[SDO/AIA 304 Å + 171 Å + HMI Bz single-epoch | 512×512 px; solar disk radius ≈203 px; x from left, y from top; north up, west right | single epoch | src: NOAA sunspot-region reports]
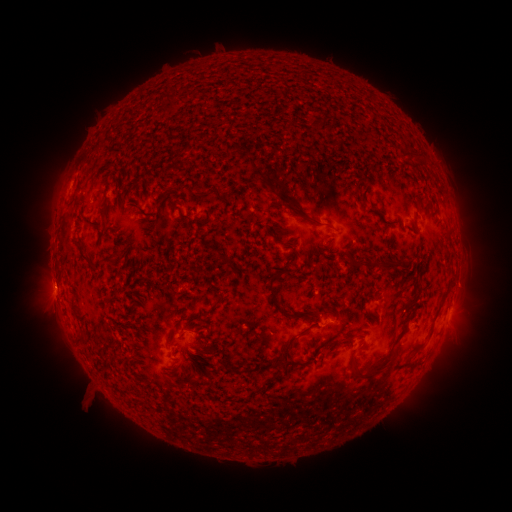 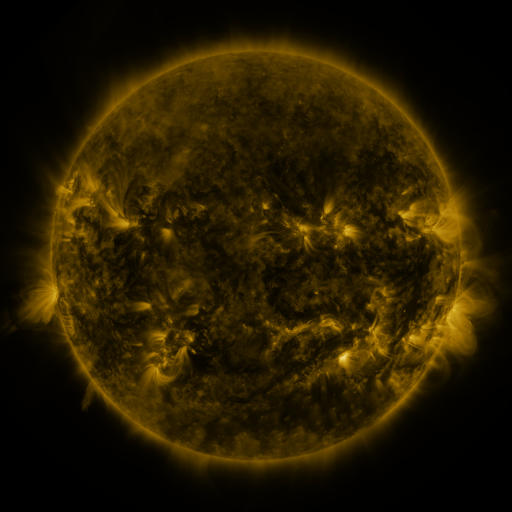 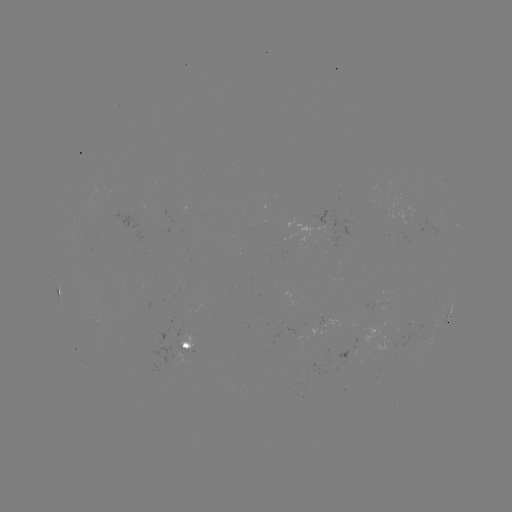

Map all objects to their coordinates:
spotted active region: (58, 288)
spotted active region: (450, 310)
spotted active region: (193, 344)
